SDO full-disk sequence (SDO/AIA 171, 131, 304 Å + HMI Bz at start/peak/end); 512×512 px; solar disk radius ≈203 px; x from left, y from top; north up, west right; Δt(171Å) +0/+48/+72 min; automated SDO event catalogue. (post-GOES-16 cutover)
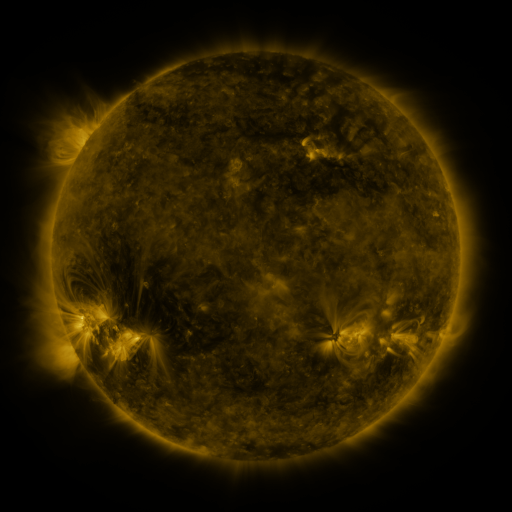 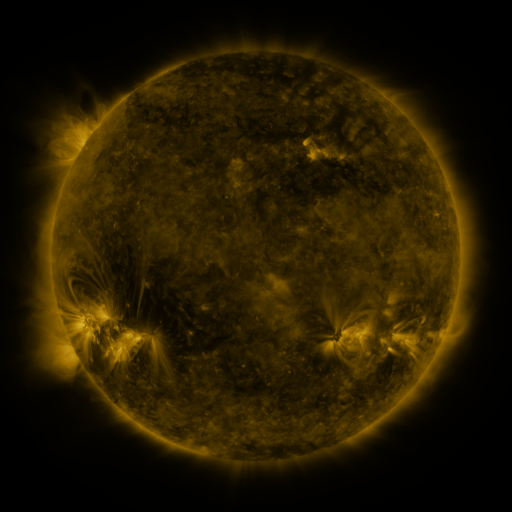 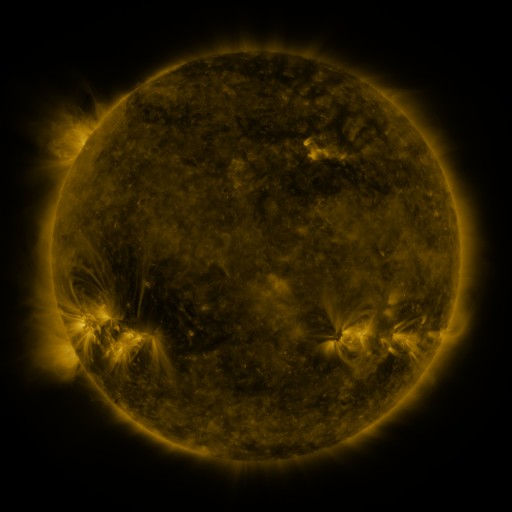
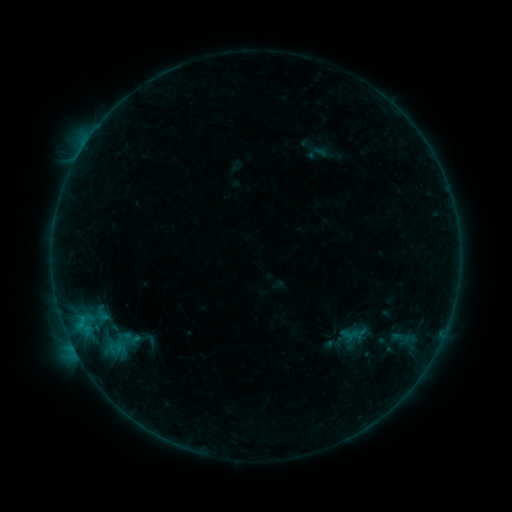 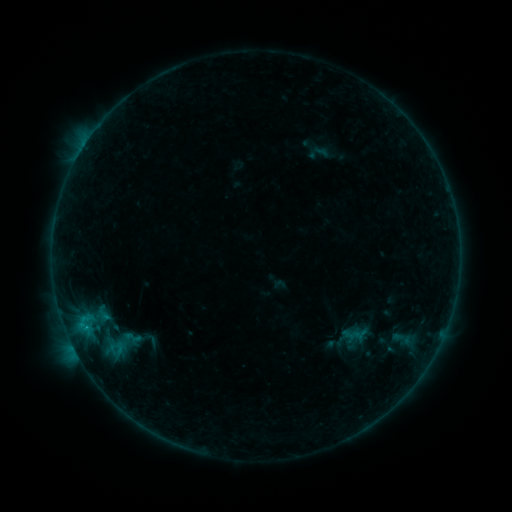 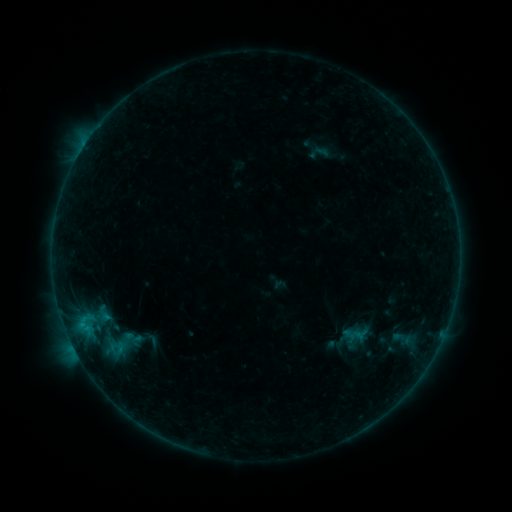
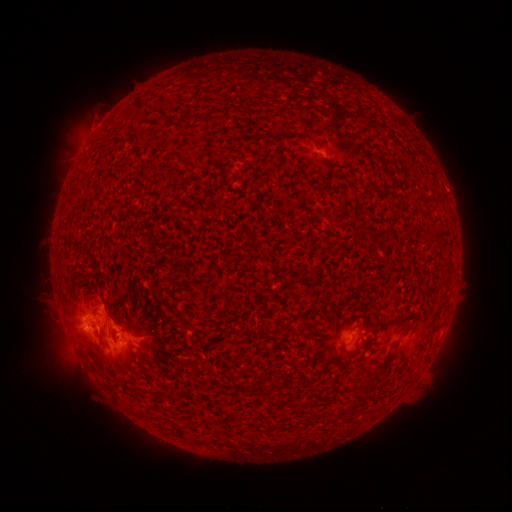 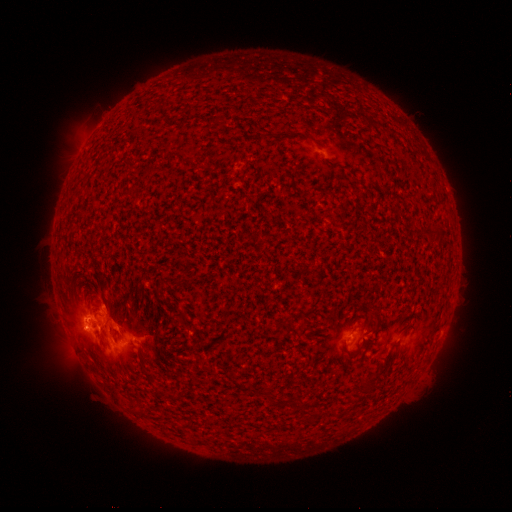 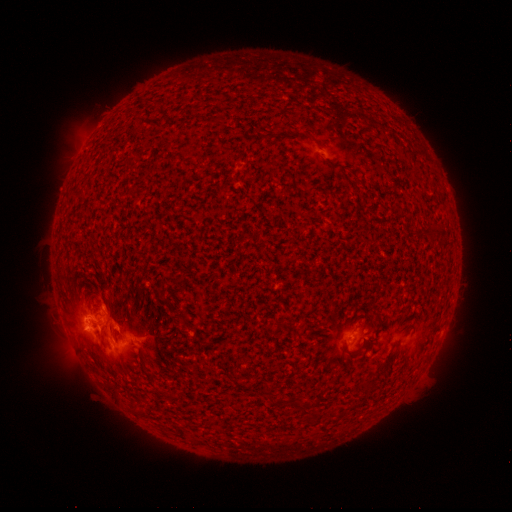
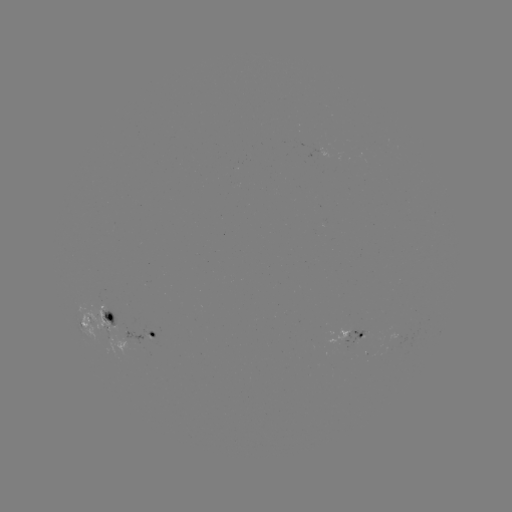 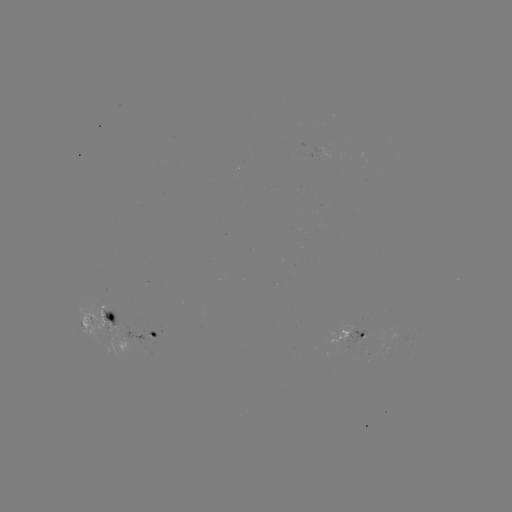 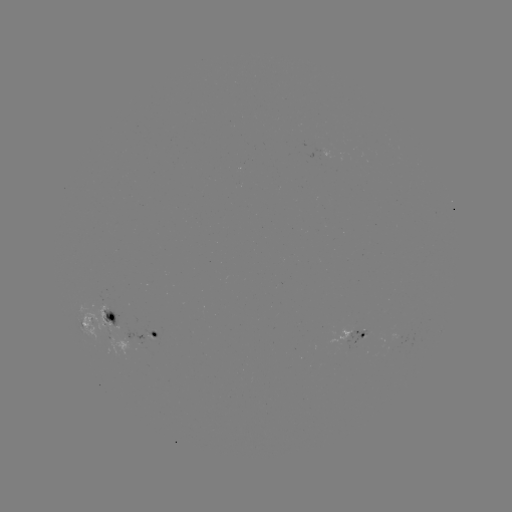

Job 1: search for B7.7 flare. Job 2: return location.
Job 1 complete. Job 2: (84, 317).